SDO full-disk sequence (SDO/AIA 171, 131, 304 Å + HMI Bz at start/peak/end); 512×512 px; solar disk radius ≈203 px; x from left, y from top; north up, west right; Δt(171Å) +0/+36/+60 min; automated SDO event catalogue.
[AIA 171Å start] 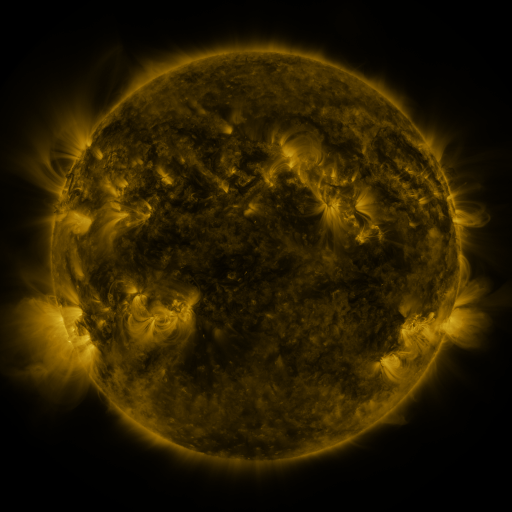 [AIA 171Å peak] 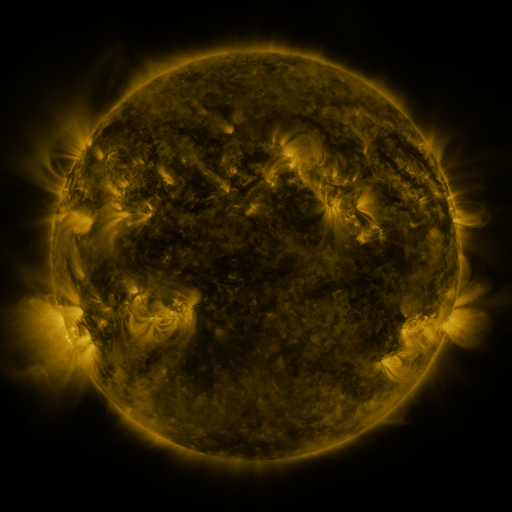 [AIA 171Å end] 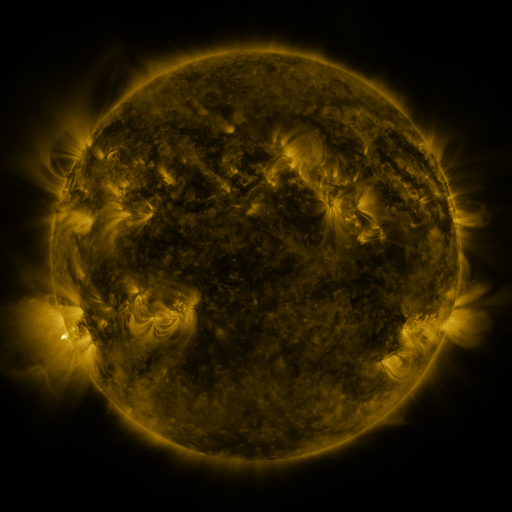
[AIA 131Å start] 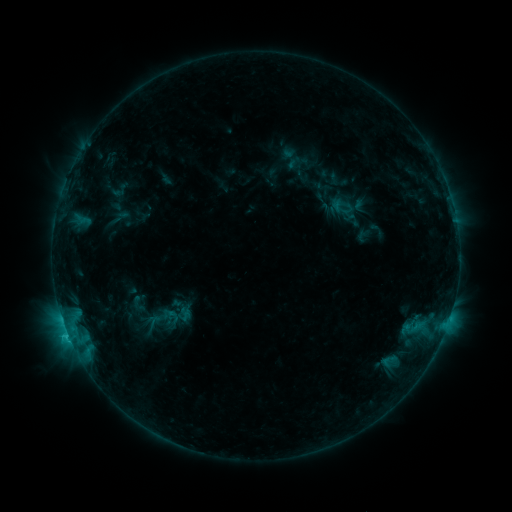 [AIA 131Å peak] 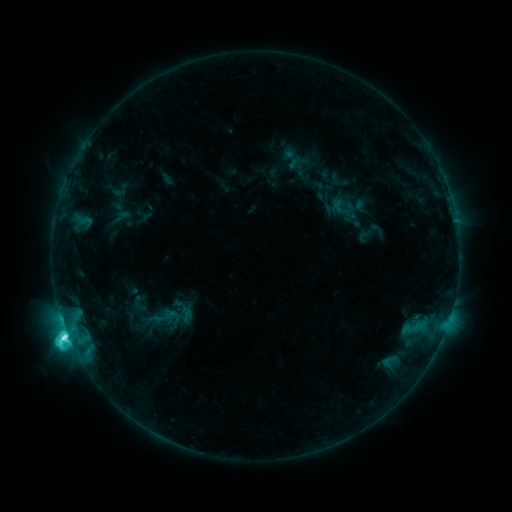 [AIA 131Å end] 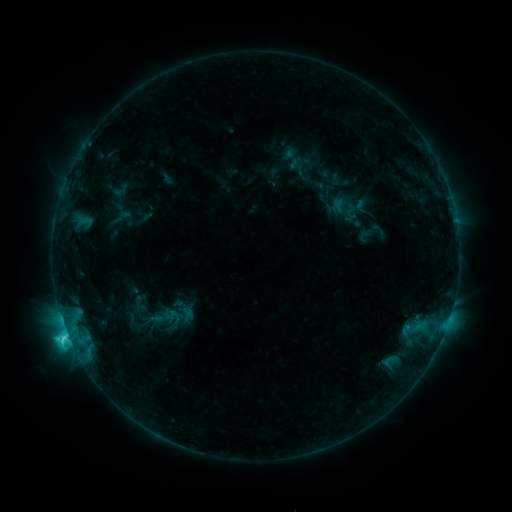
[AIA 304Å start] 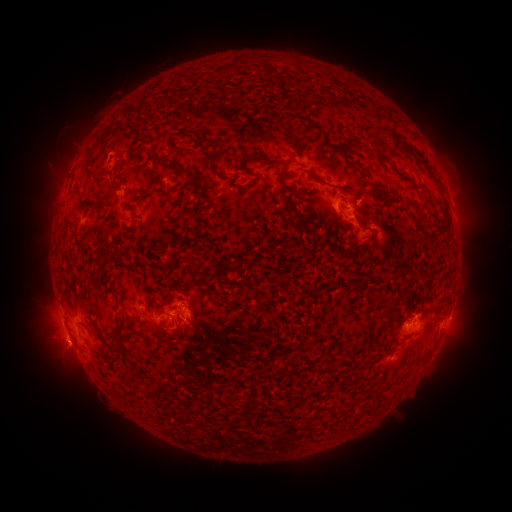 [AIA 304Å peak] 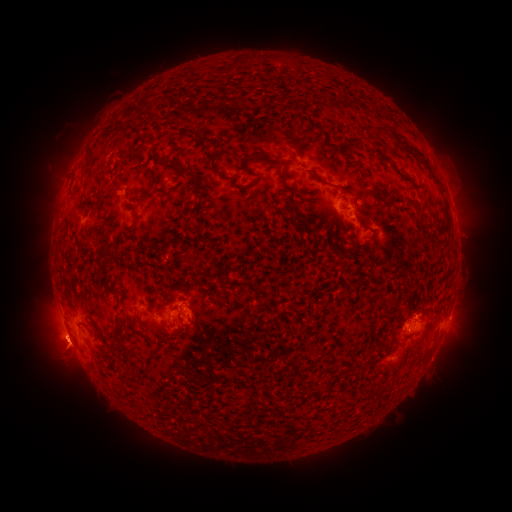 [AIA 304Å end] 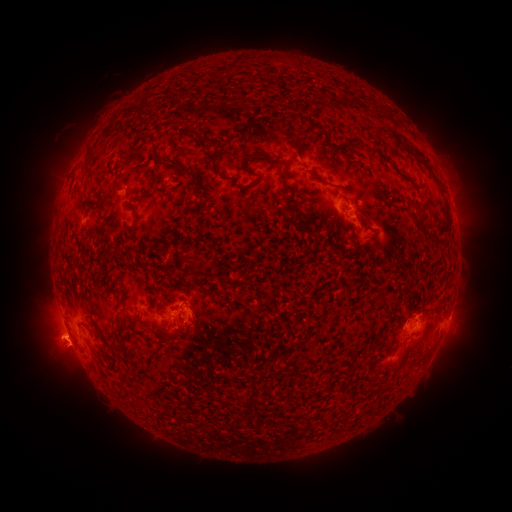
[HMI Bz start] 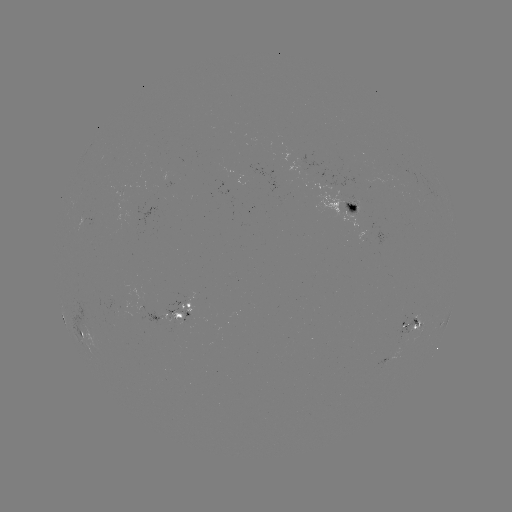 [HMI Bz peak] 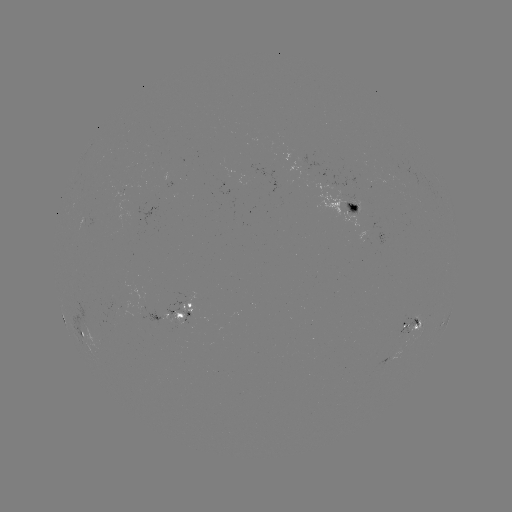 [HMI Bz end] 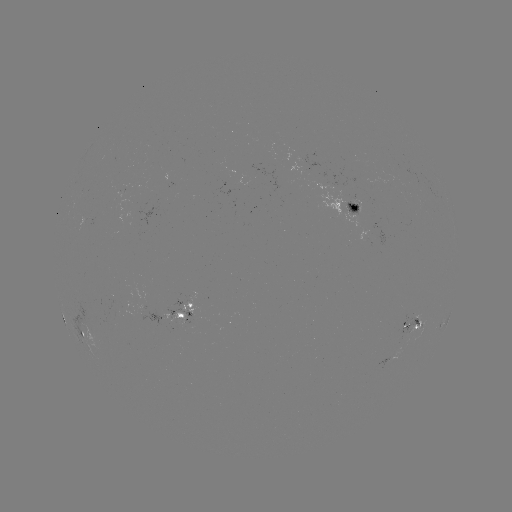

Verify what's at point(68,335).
C6.7 flare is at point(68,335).